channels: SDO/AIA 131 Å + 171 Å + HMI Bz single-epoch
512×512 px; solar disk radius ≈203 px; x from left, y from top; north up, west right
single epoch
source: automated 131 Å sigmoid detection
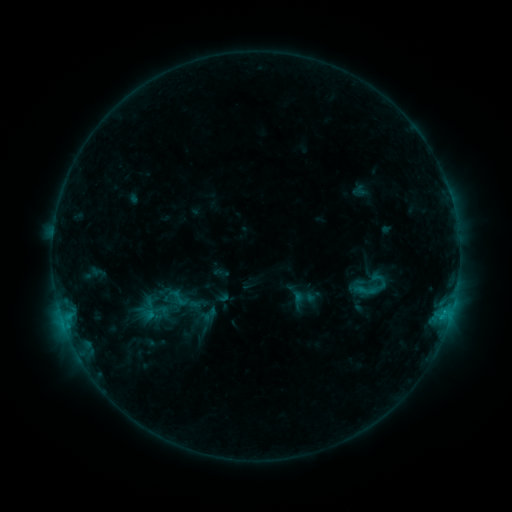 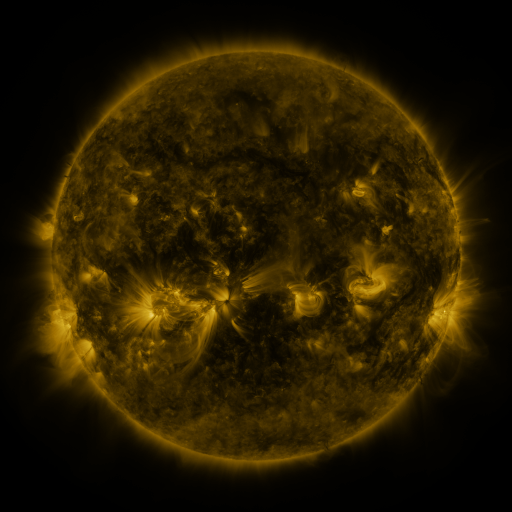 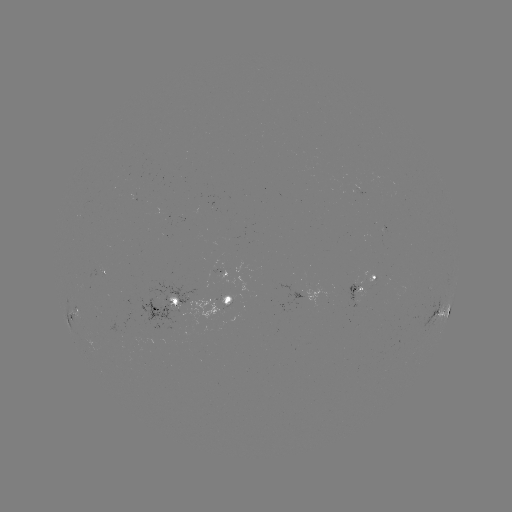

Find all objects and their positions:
sigmoid: (378, 278)
sigmoid: (178, 298)
